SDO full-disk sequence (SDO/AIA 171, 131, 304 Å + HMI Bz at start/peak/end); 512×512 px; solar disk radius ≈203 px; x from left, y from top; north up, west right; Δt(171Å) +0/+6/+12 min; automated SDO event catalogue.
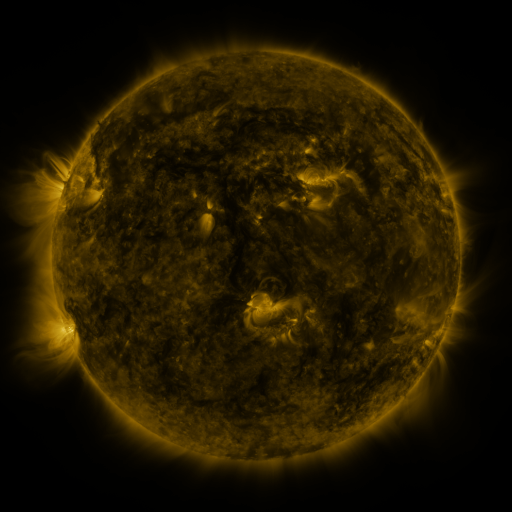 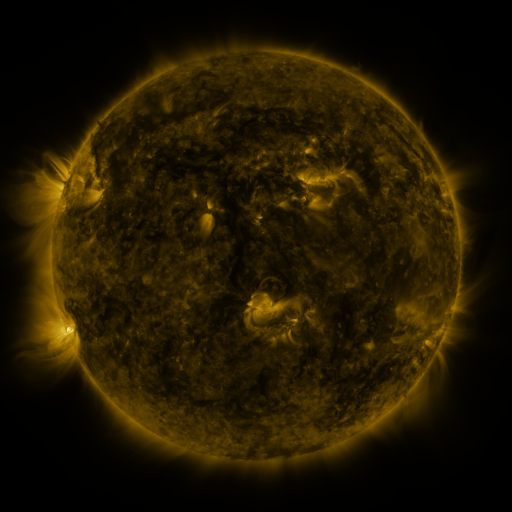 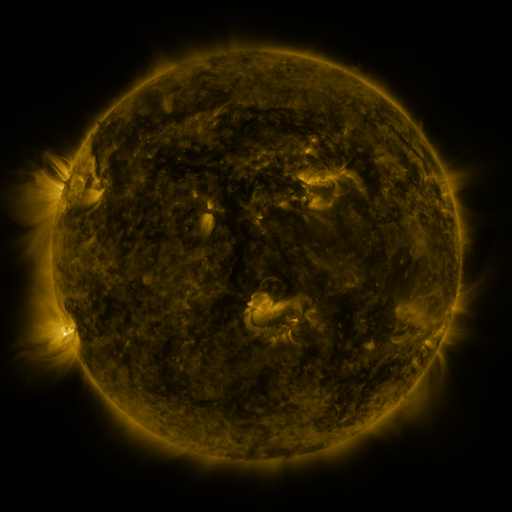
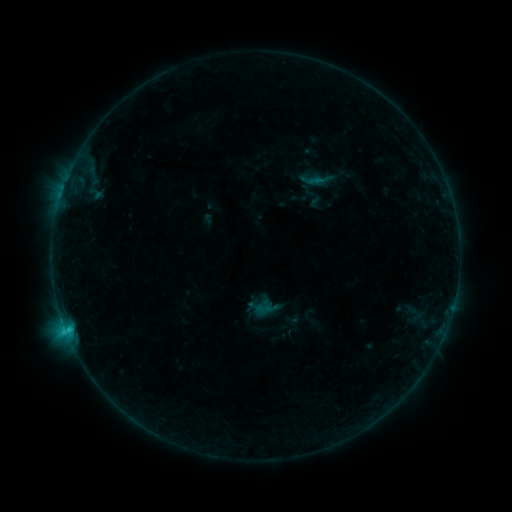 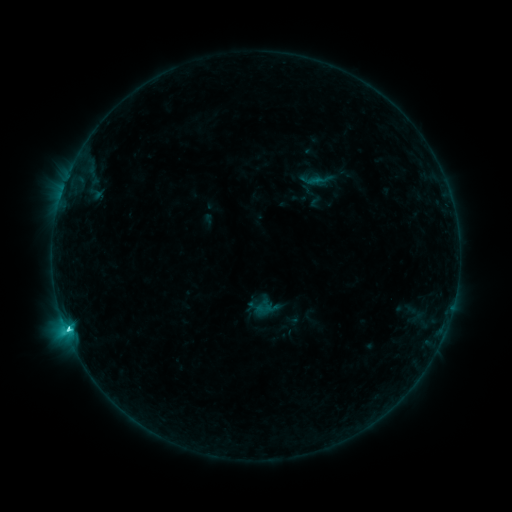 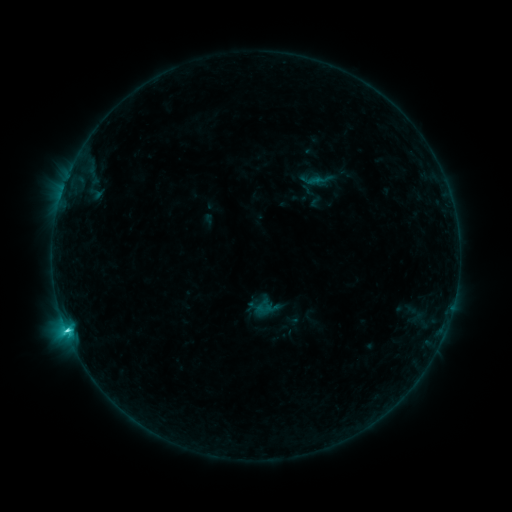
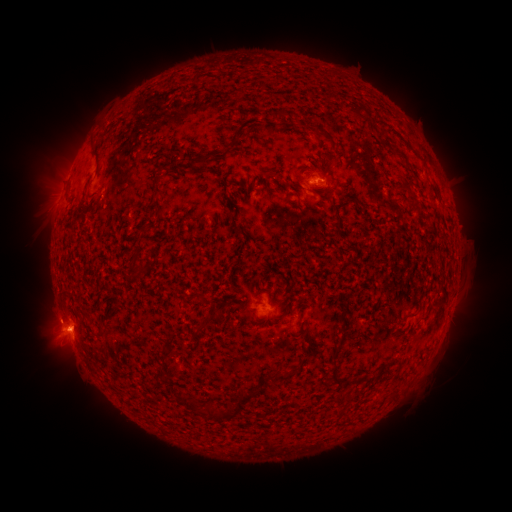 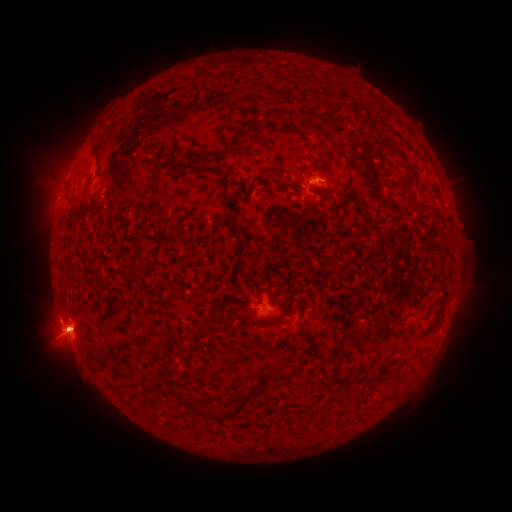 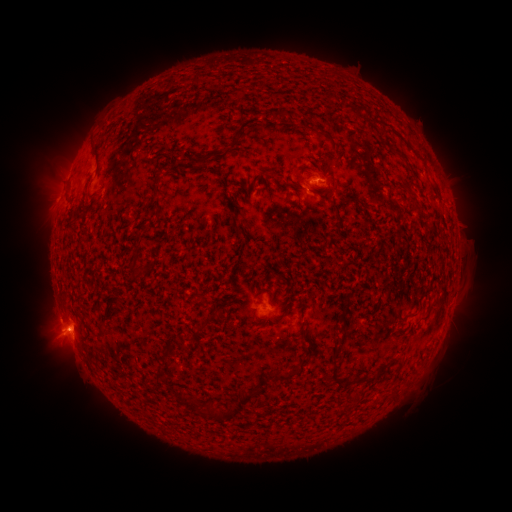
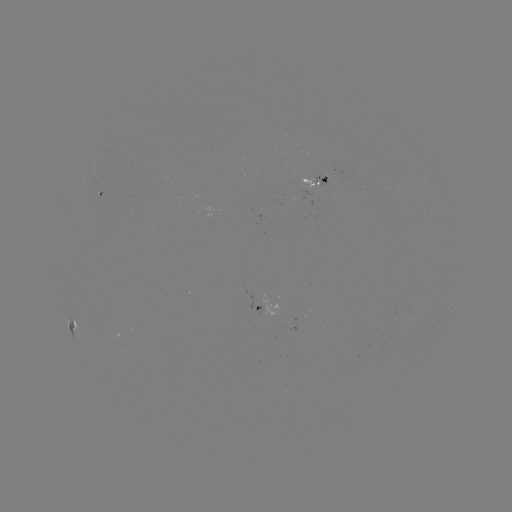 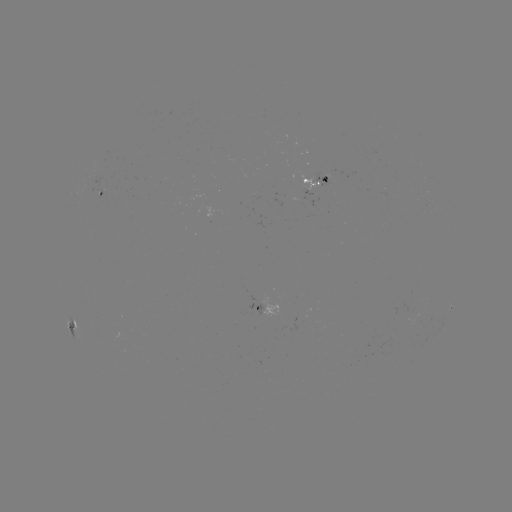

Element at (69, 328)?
C4.4 flare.